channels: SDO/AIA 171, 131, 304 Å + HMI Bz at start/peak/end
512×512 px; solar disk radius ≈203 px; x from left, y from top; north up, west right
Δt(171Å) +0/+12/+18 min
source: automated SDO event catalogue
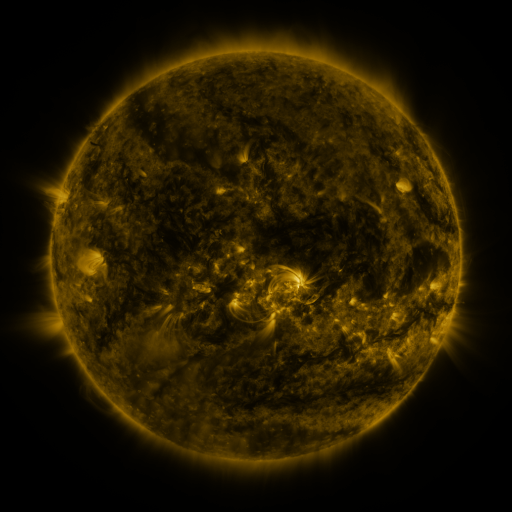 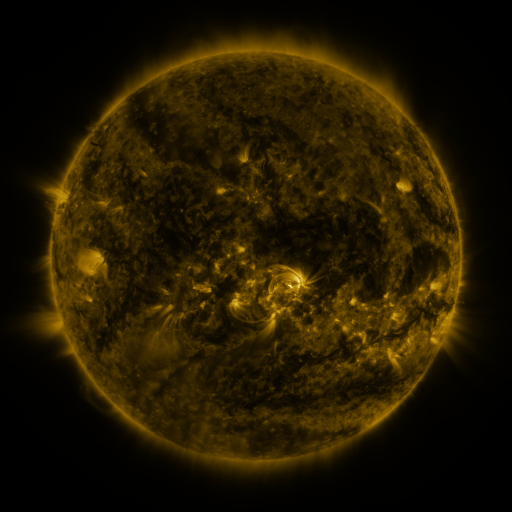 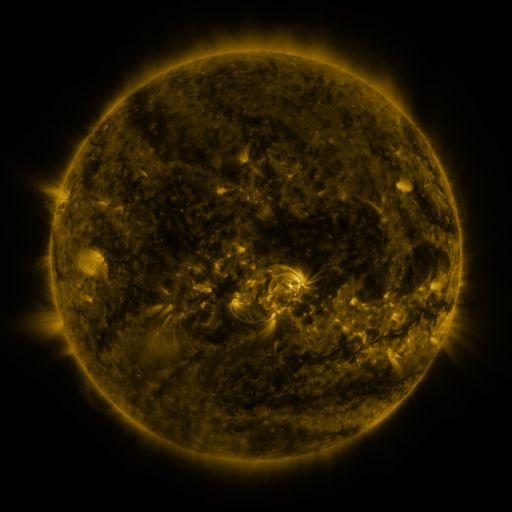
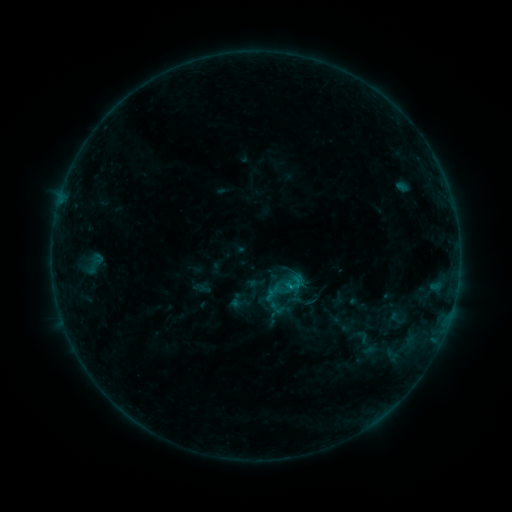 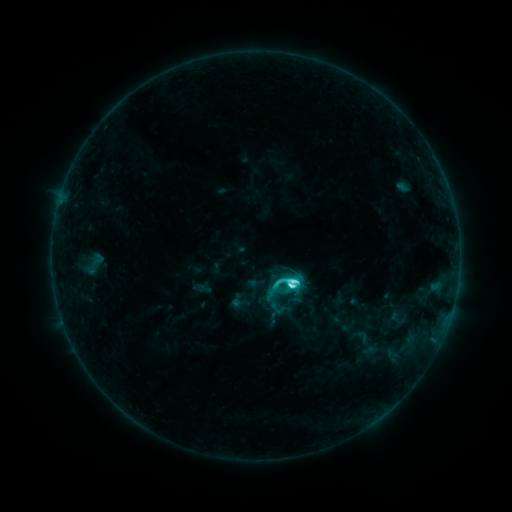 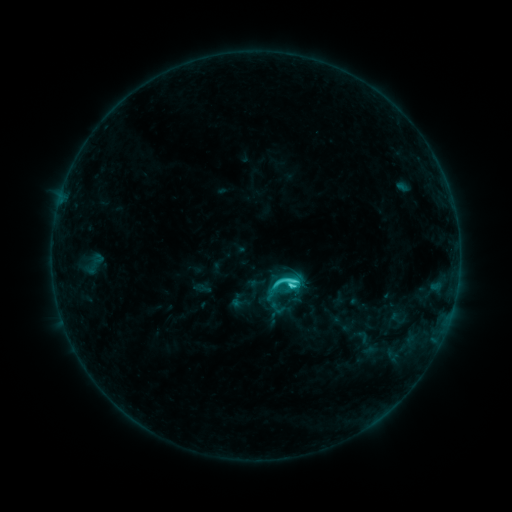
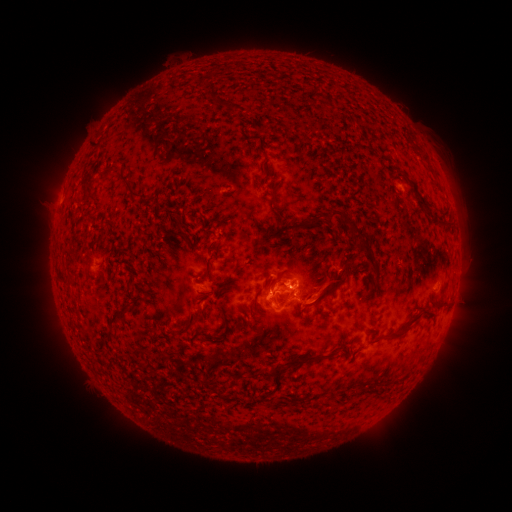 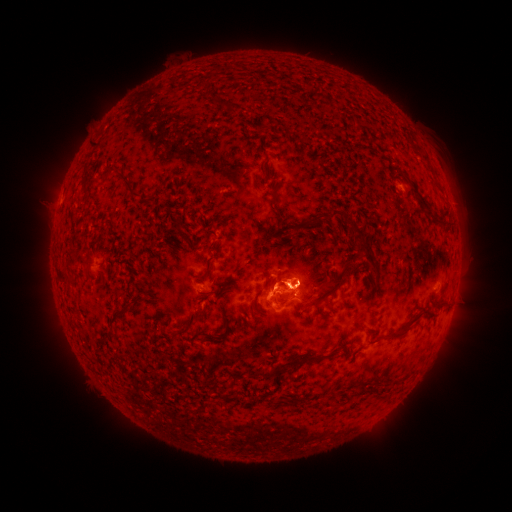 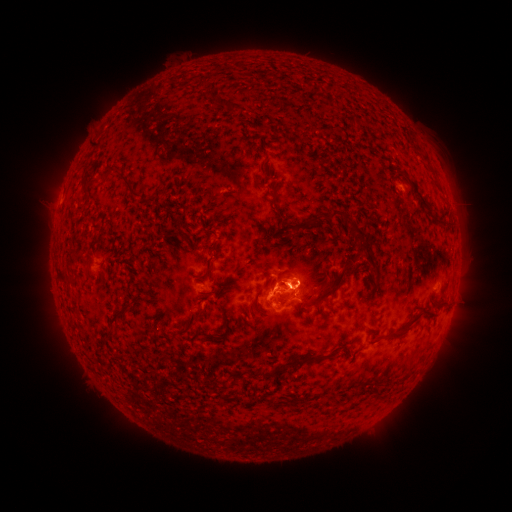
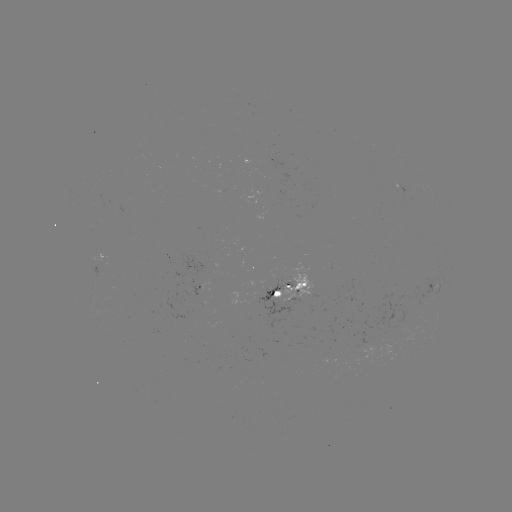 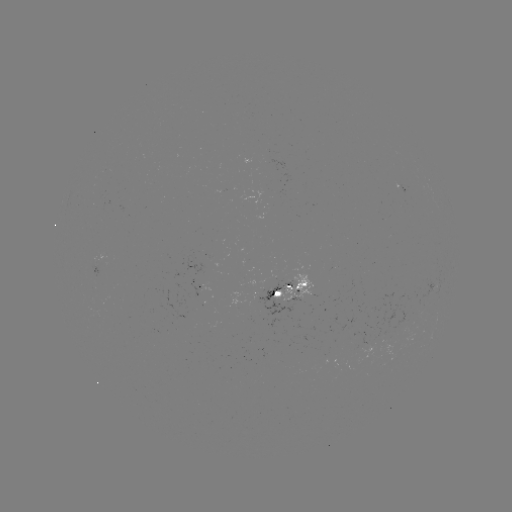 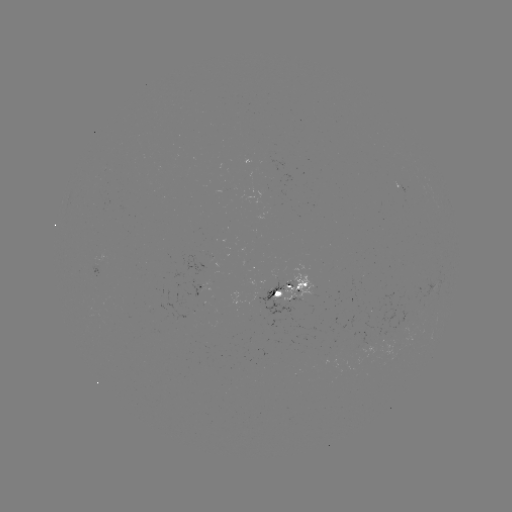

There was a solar flare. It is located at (290, 284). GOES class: C6.2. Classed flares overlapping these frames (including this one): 1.